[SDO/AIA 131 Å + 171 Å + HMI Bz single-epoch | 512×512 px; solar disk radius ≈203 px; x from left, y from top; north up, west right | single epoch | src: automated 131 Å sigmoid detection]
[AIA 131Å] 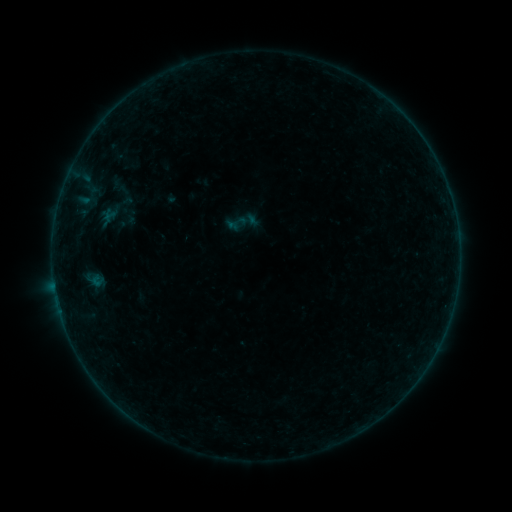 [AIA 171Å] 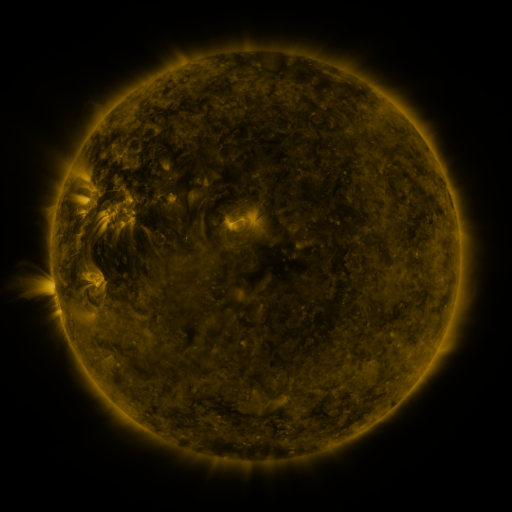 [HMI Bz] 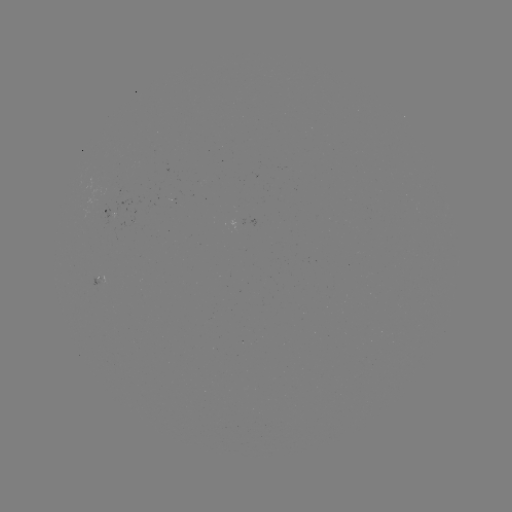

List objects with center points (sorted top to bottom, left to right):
sigmoid: [104, 172, 141, 209]
